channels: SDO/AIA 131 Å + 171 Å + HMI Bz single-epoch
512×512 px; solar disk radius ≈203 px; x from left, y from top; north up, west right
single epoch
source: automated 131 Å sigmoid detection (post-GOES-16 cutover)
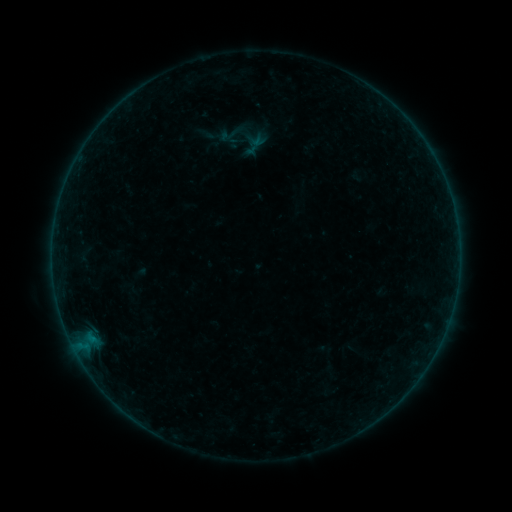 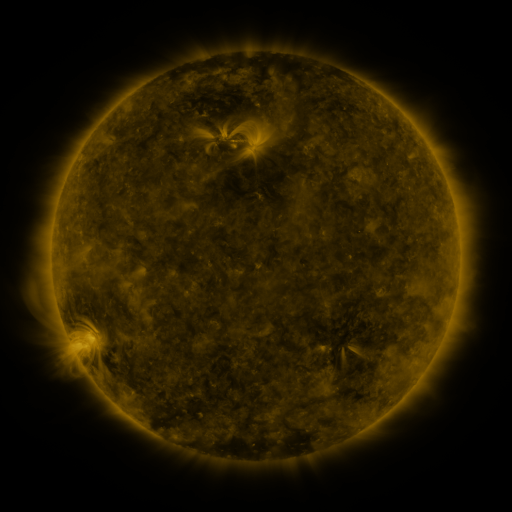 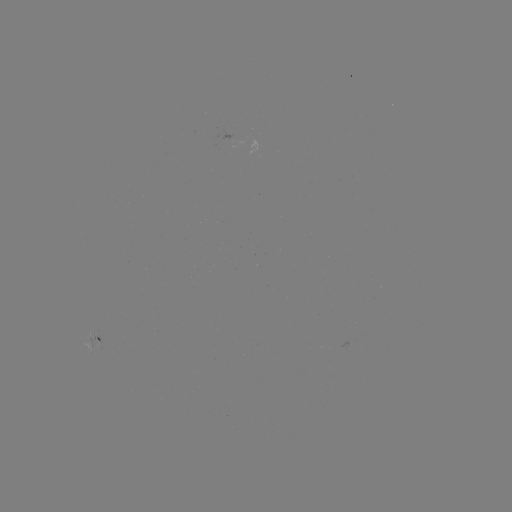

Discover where sigmoid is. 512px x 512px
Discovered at (231, 133).